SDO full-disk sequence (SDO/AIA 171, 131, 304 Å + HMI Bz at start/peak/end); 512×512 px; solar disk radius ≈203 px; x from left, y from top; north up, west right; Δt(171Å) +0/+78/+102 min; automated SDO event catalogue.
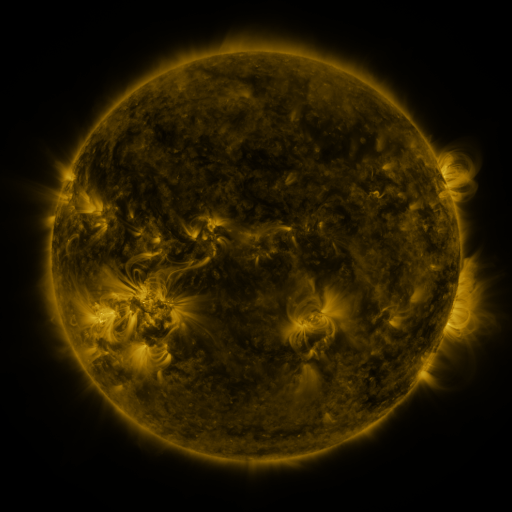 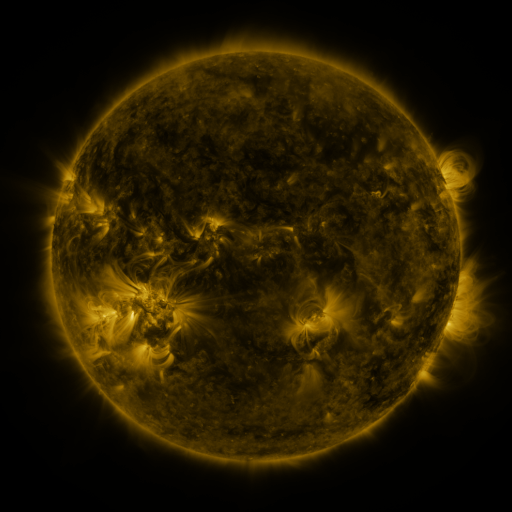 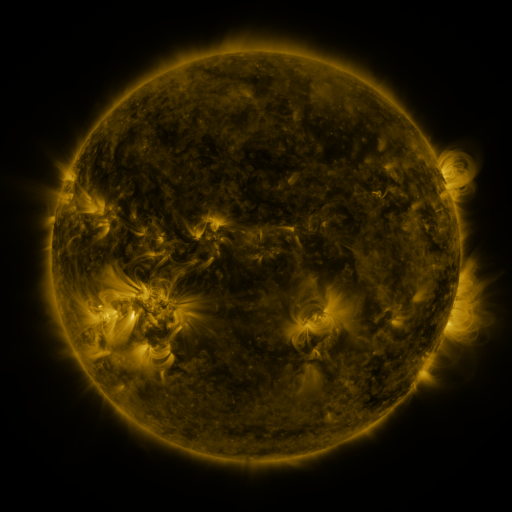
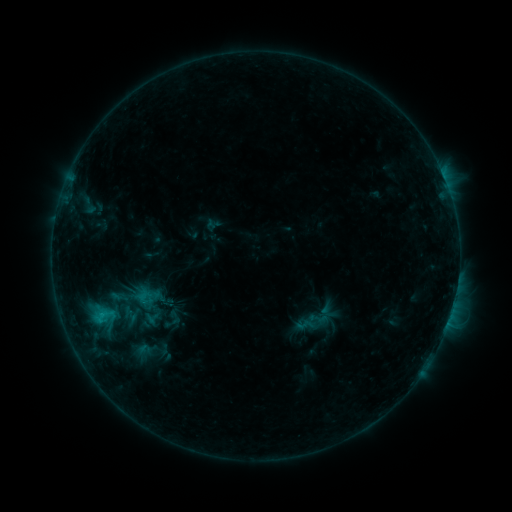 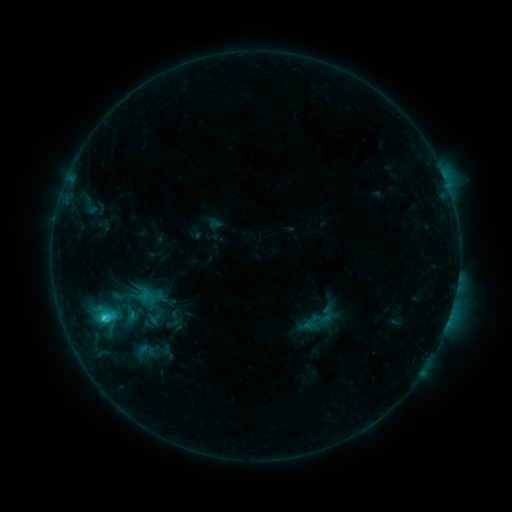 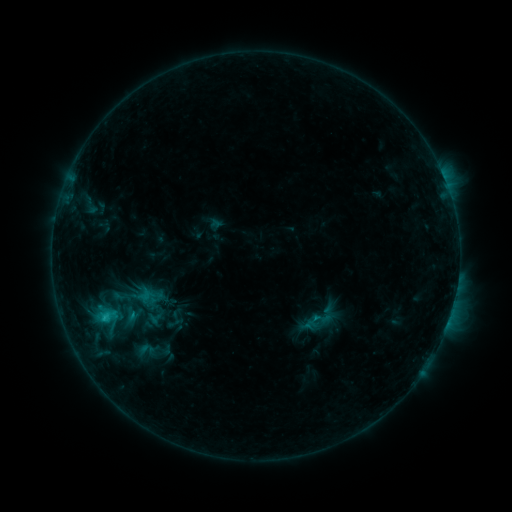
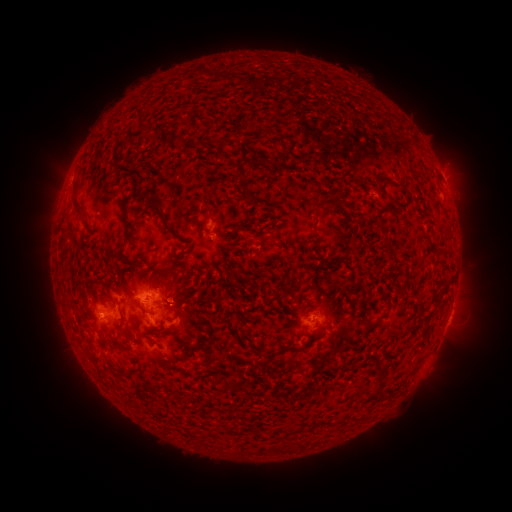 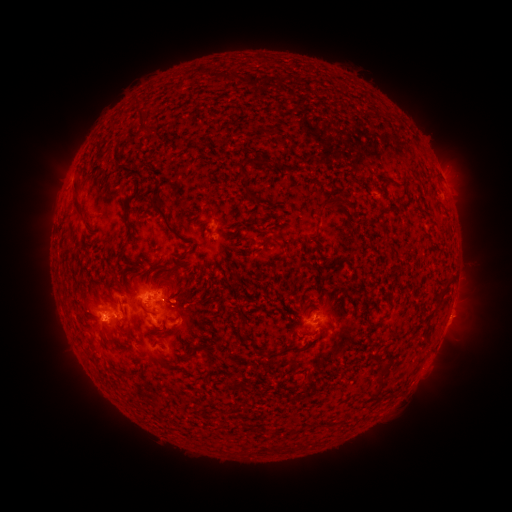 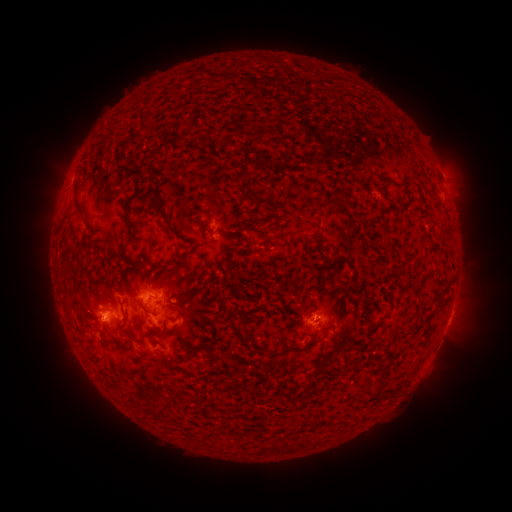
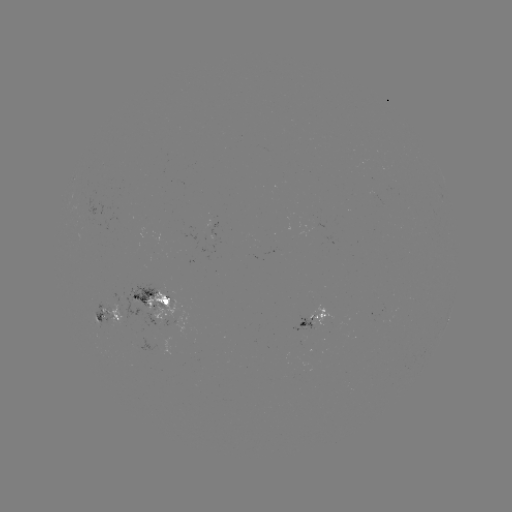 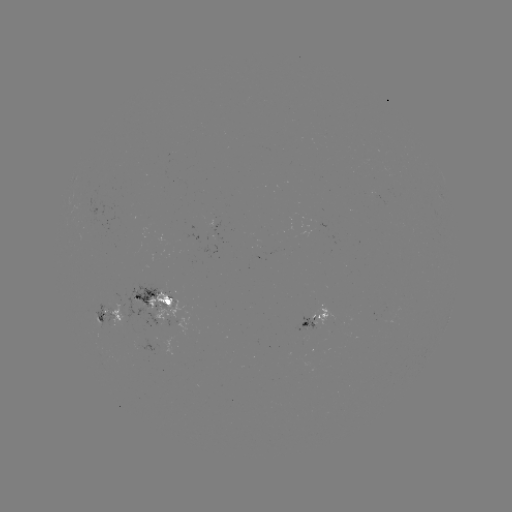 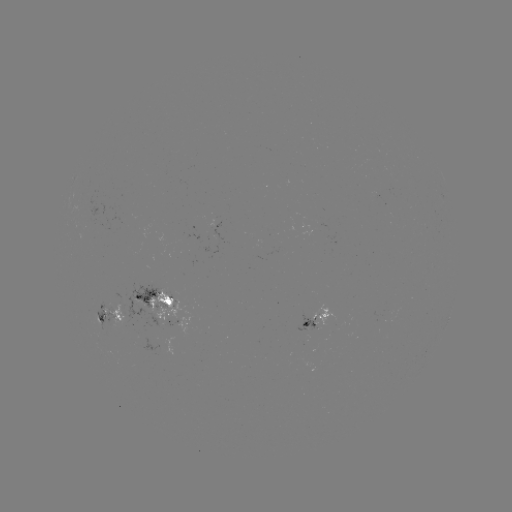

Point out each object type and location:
emerging-flux region: (311, 322)
